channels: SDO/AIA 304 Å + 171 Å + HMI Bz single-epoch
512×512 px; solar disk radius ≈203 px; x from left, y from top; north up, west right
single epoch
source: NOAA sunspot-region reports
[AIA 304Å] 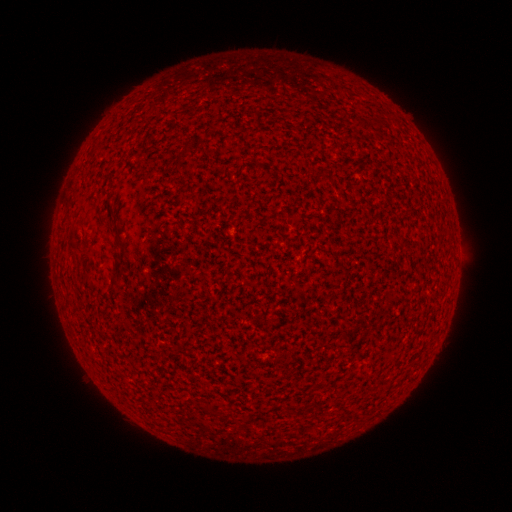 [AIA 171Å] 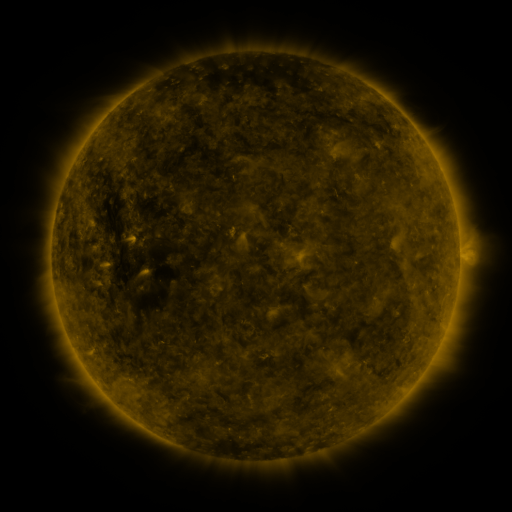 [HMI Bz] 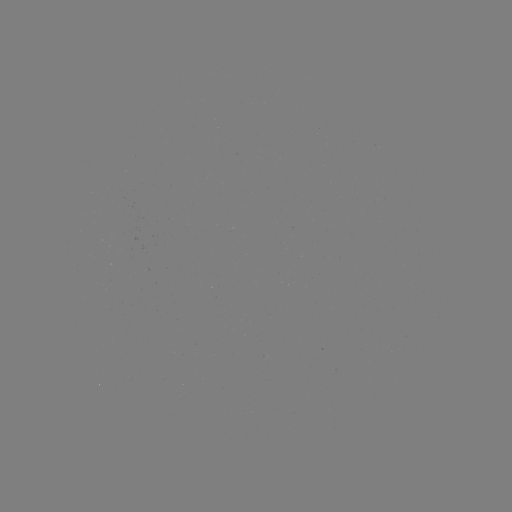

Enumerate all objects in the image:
(none)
